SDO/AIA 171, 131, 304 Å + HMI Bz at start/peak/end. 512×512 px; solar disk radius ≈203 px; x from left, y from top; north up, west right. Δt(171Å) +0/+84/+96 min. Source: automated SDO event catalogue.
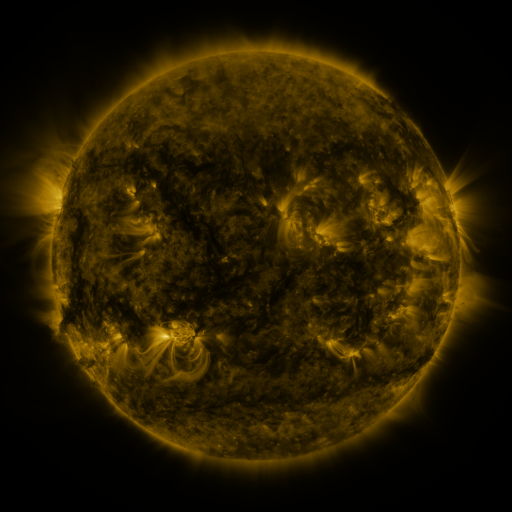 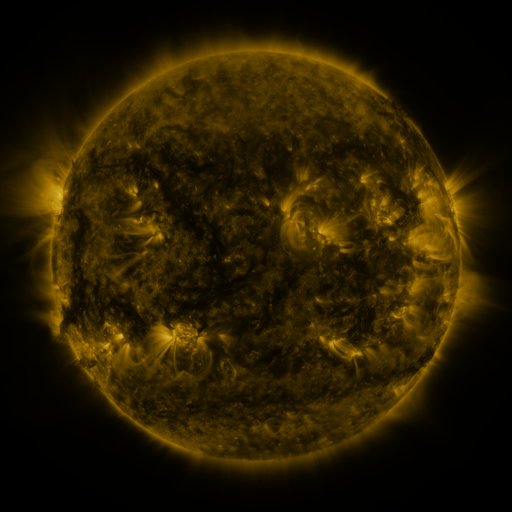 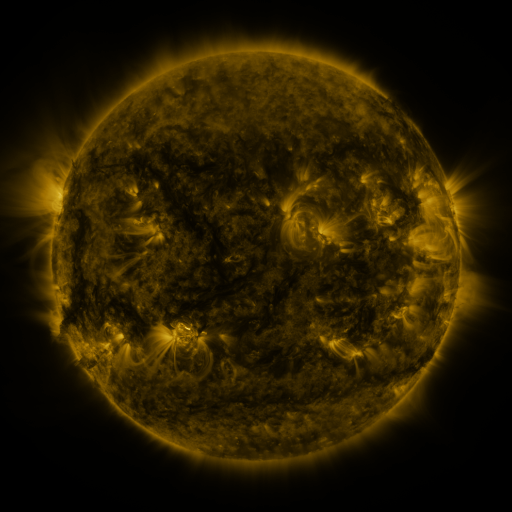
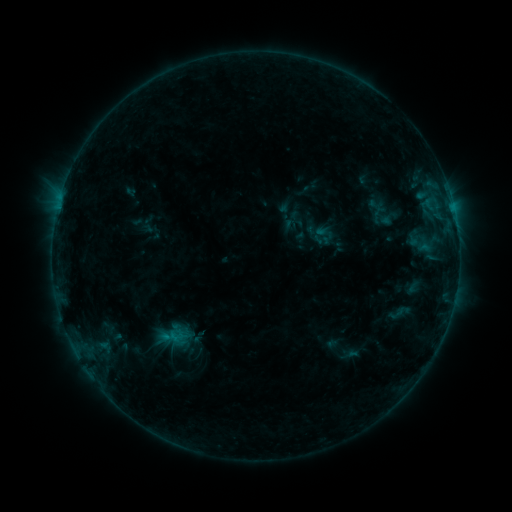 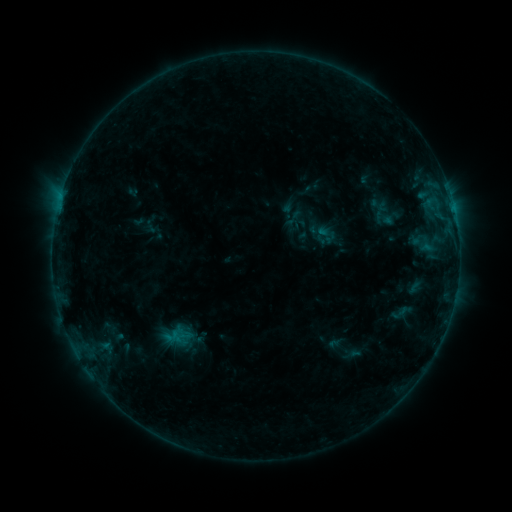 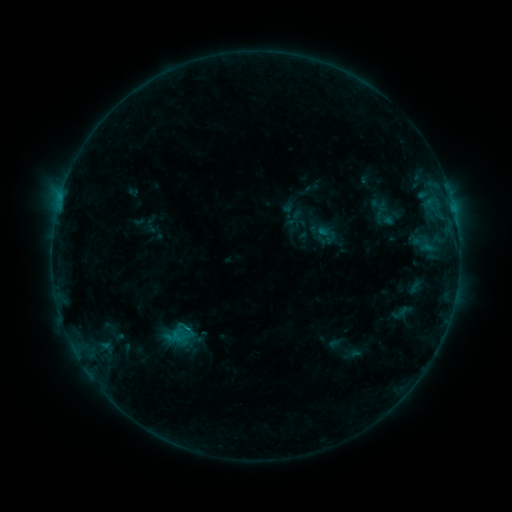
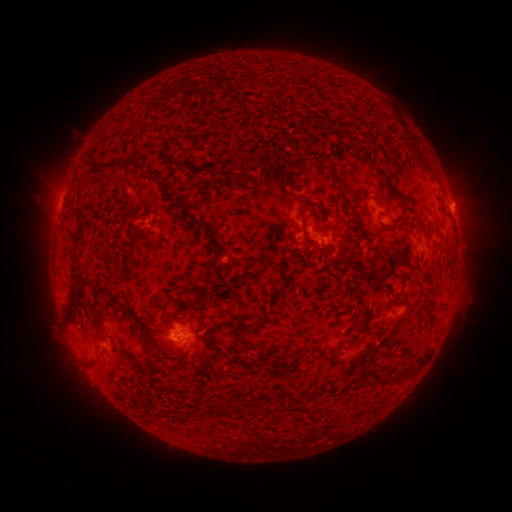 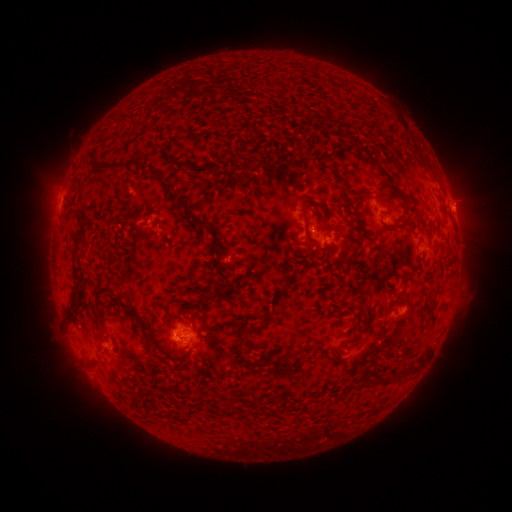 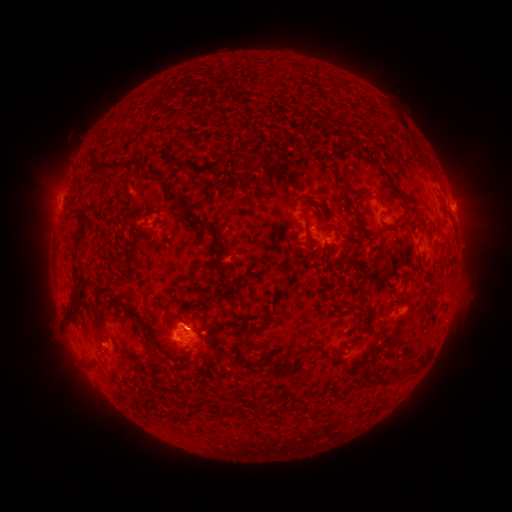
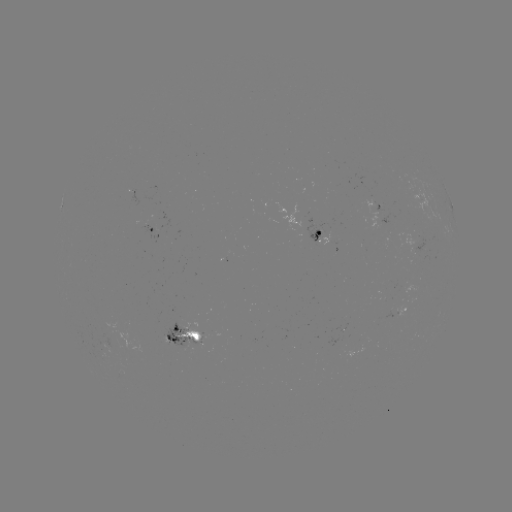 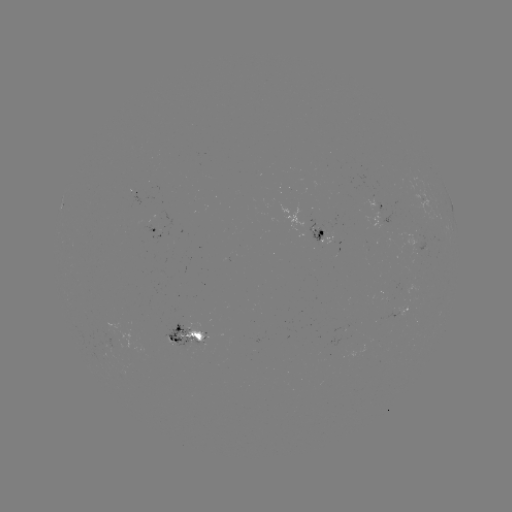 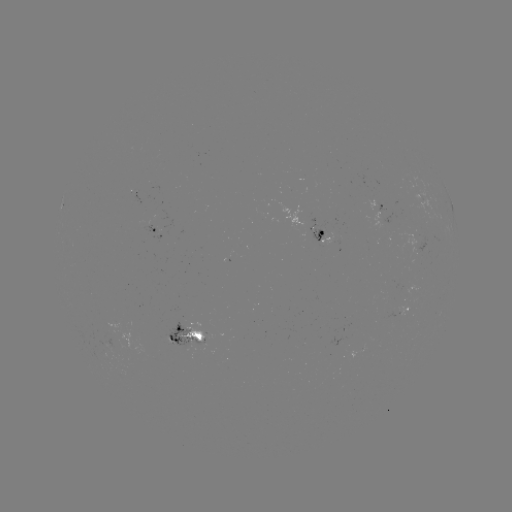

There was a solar emerging-flux region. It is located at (320, 231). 